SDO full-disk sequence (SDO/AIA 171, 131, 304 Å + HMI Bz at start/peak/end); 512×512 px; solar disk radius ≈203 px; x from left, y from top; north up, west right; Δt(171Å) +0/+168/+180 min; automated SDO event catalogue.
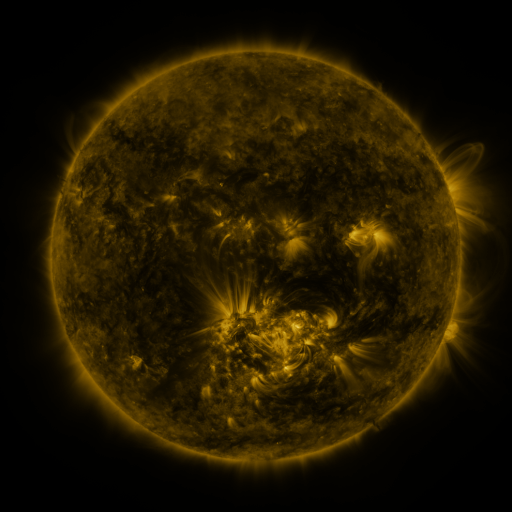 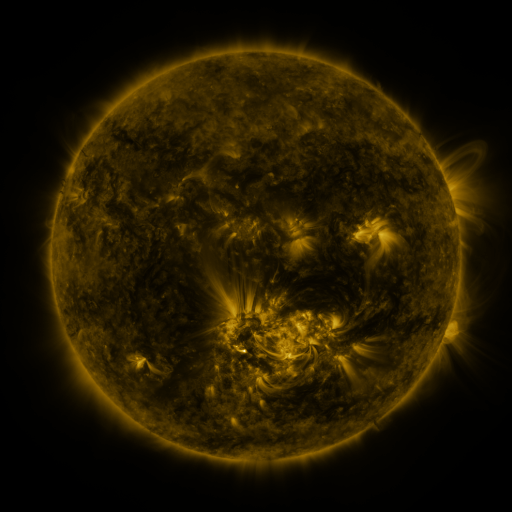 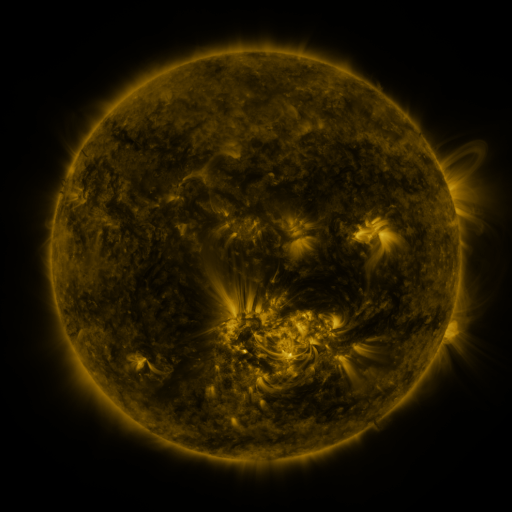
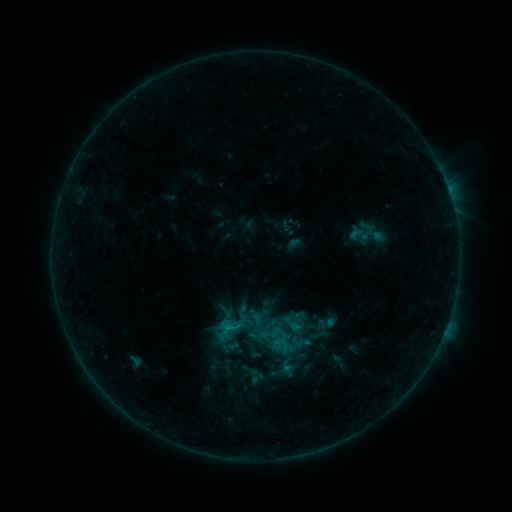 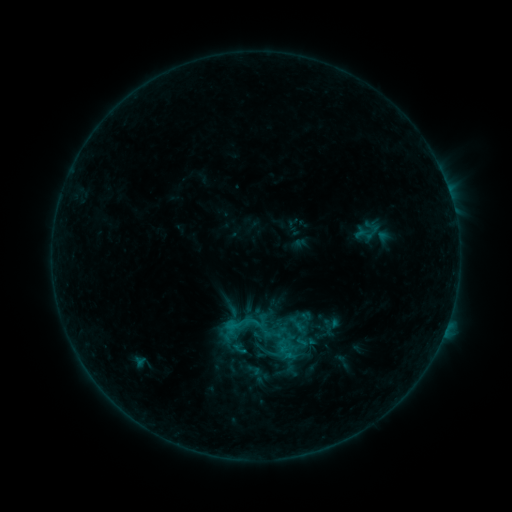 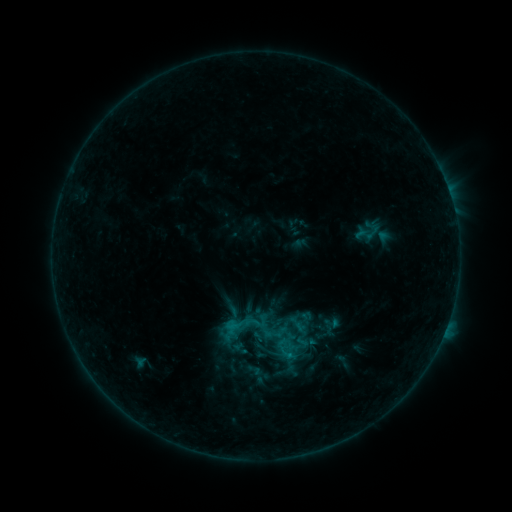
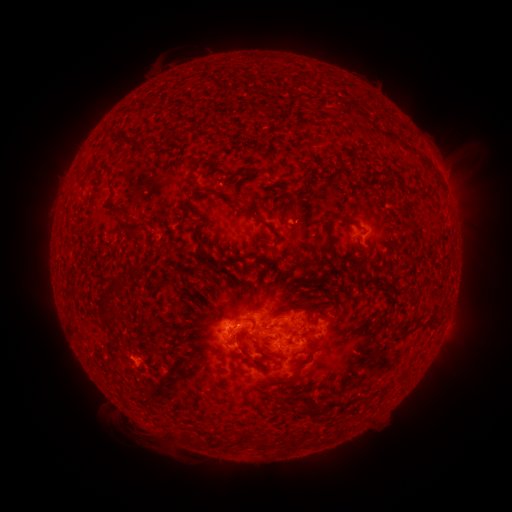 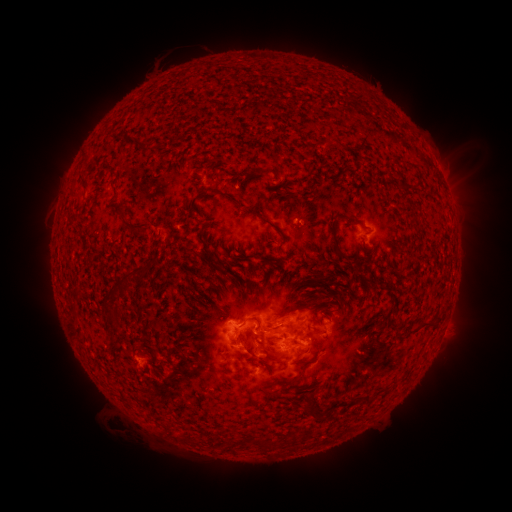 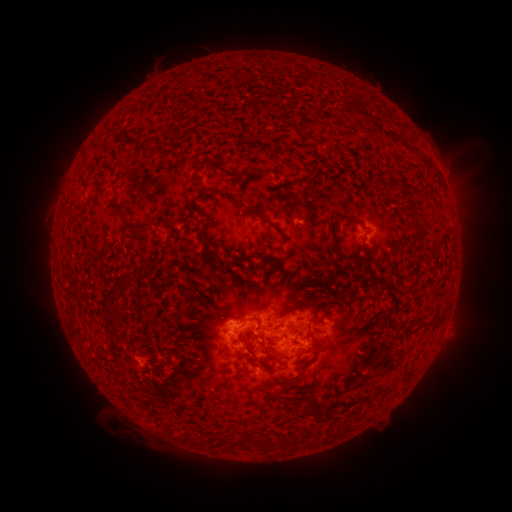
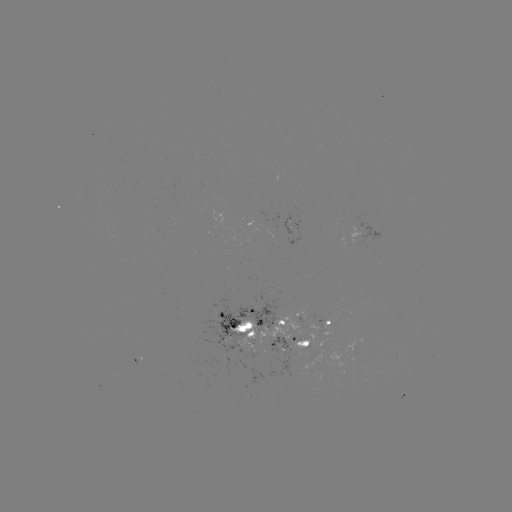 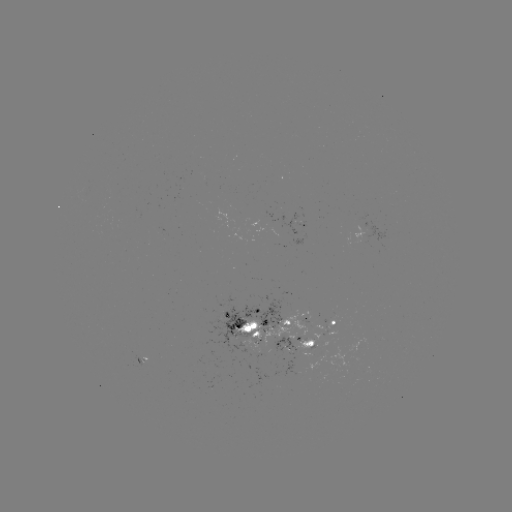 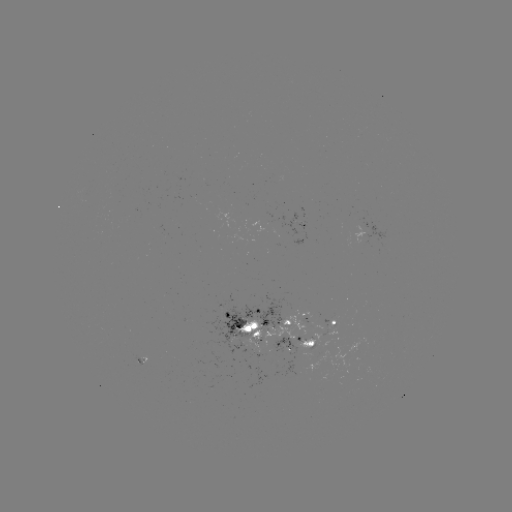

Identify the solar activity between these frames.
emerging-flux region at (331, 319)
